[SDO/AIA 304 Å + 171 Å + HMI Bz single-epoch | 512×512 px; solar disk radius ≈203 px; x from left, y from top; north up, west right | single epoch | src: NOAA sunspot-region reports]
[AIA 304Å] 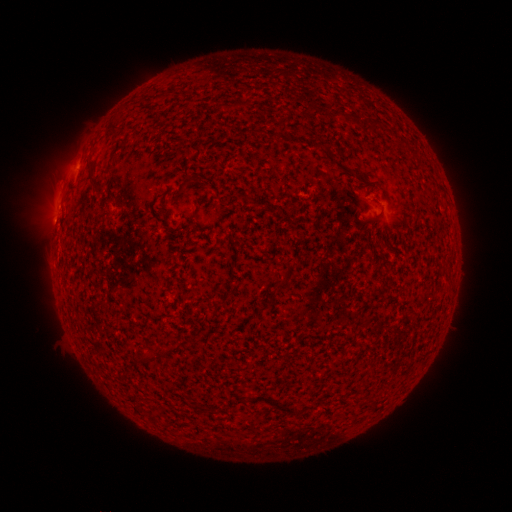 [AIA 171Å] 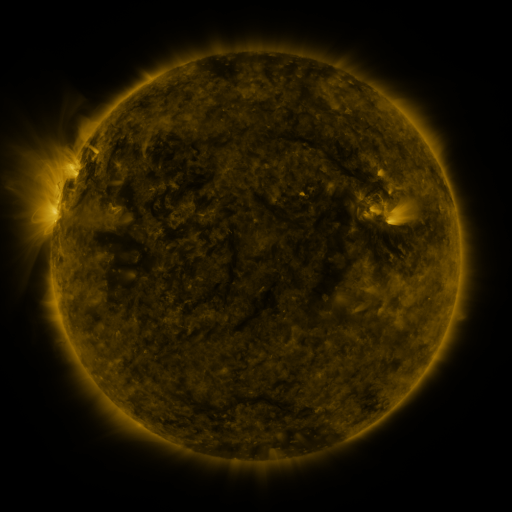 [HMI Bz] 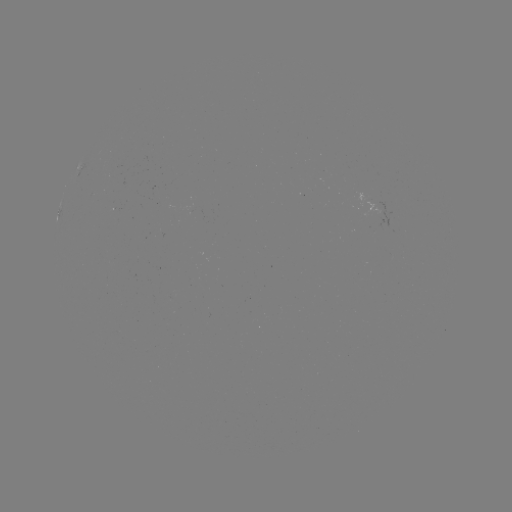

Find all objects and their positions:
(none)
